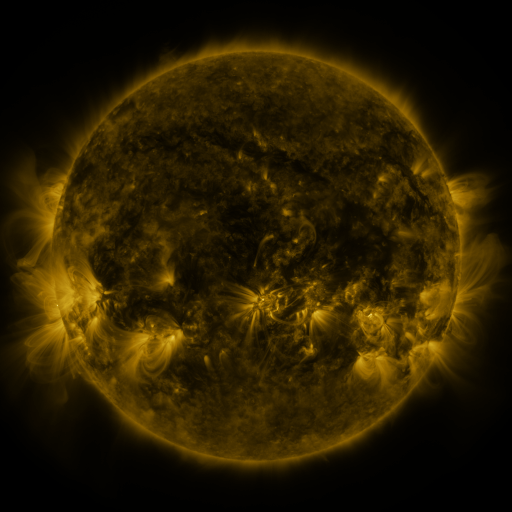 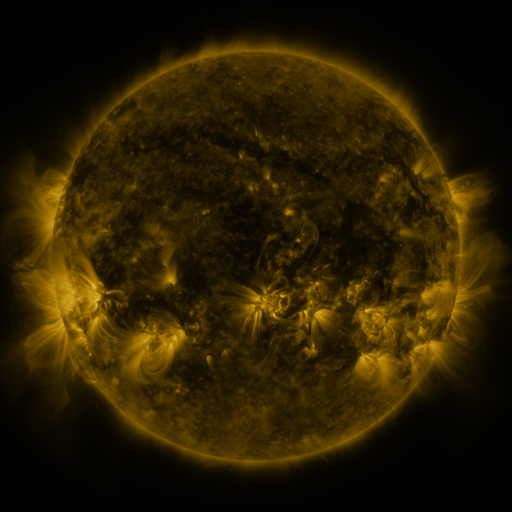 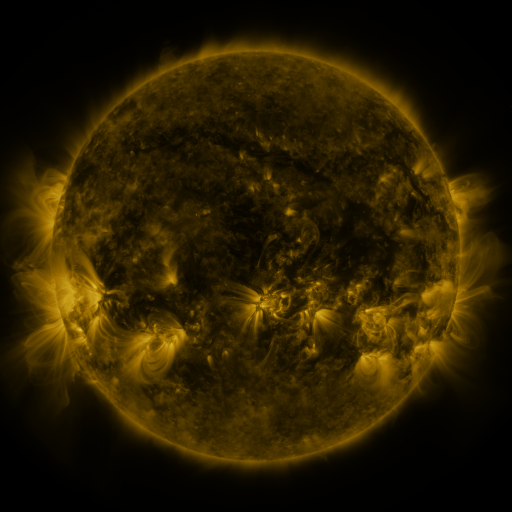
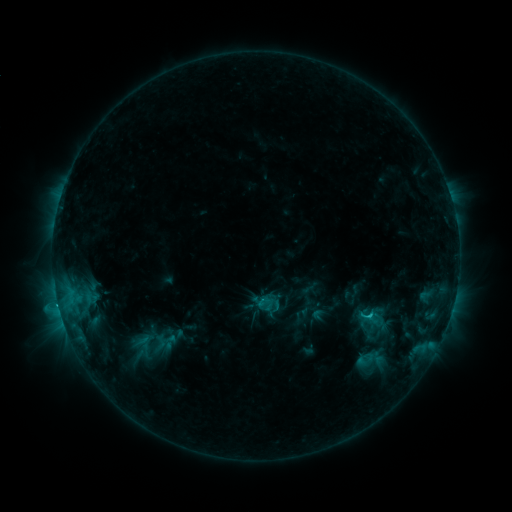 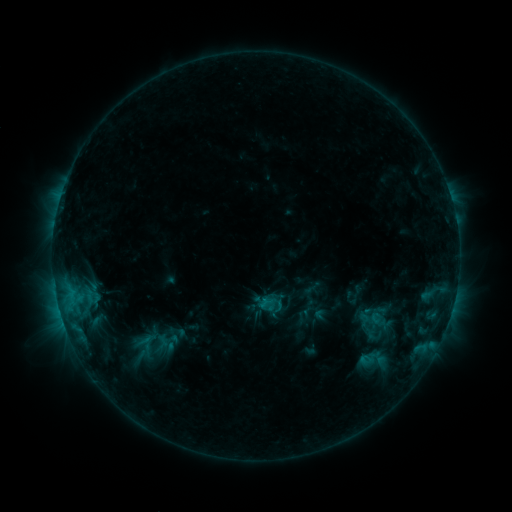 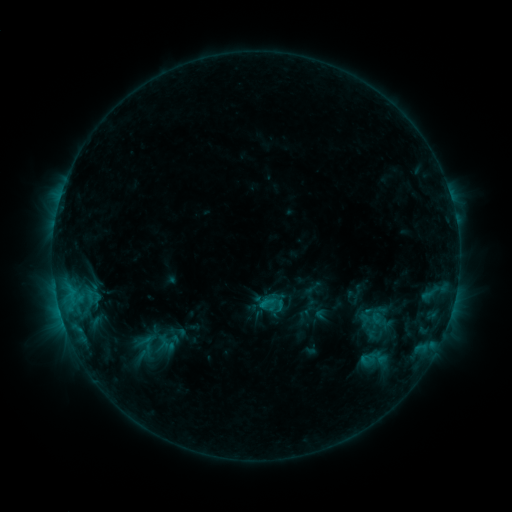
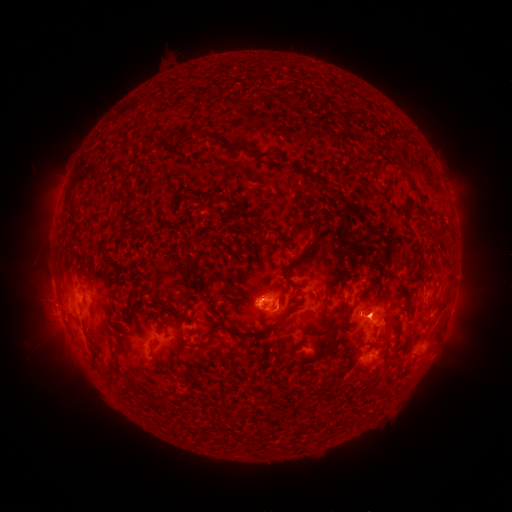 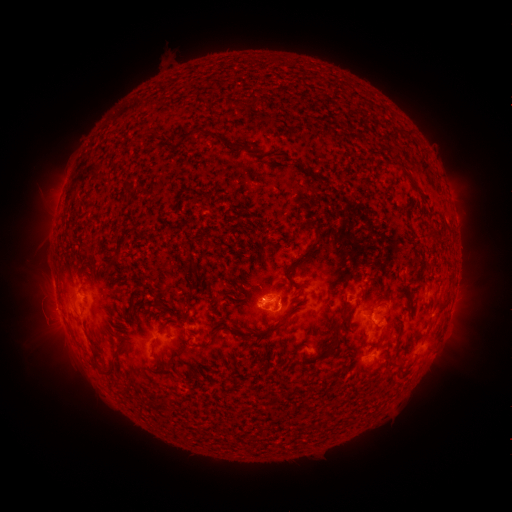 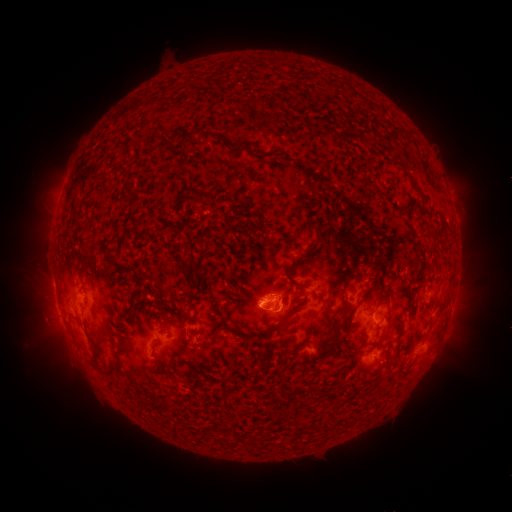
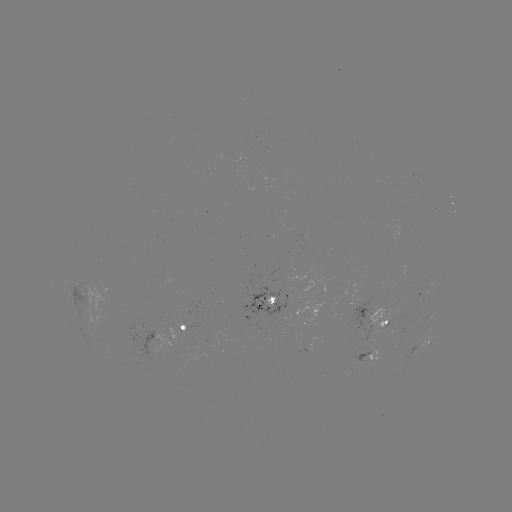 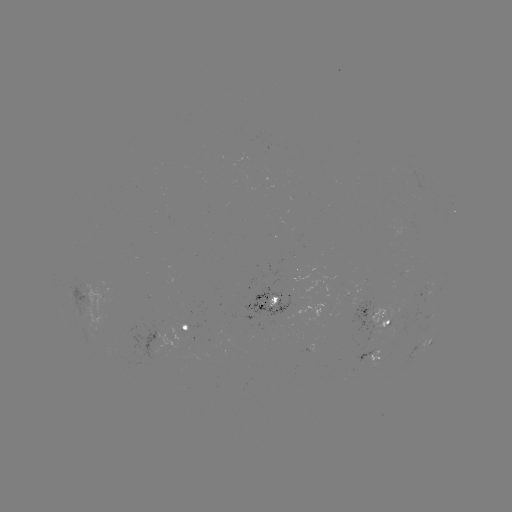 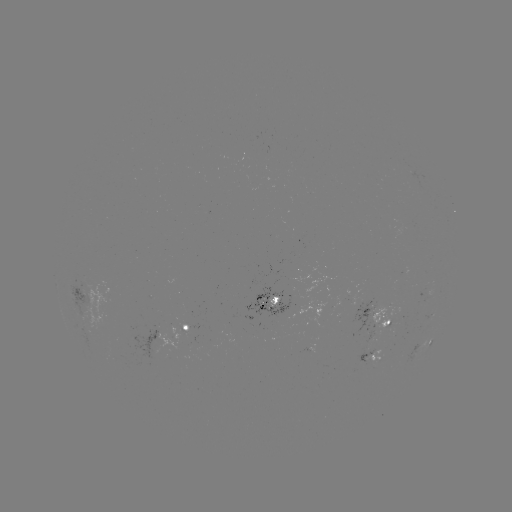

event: emerging-flux region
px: (280, 310)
